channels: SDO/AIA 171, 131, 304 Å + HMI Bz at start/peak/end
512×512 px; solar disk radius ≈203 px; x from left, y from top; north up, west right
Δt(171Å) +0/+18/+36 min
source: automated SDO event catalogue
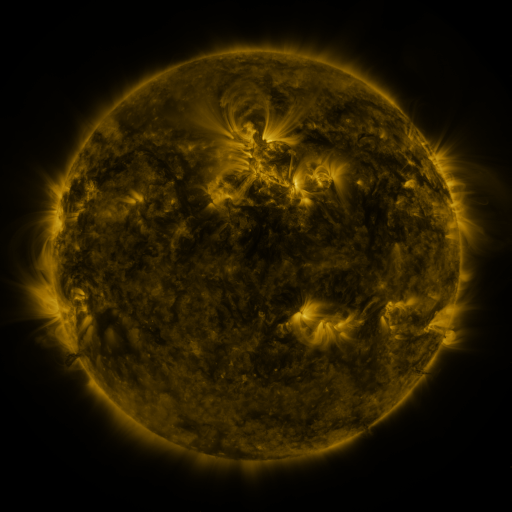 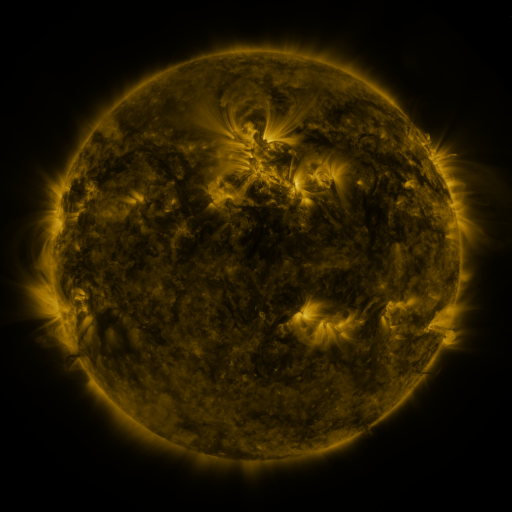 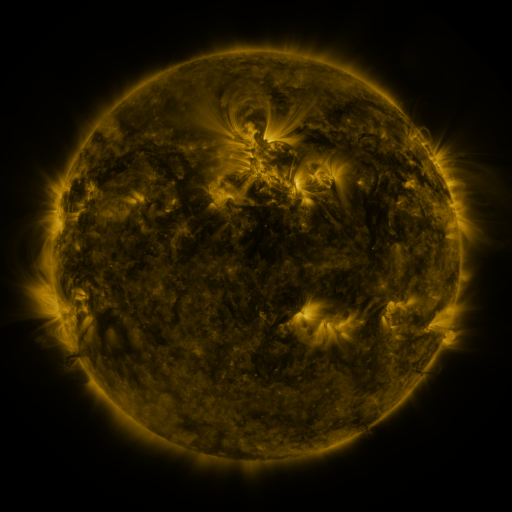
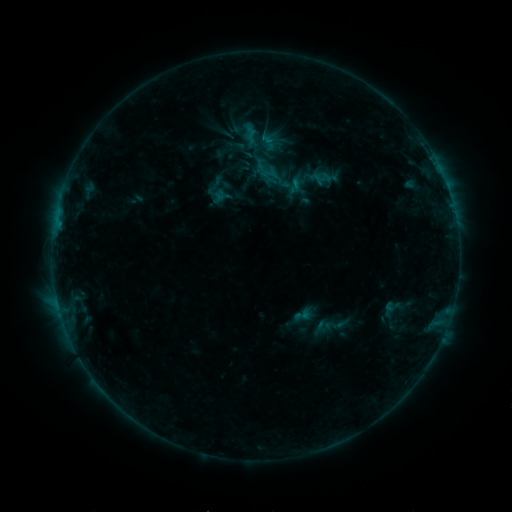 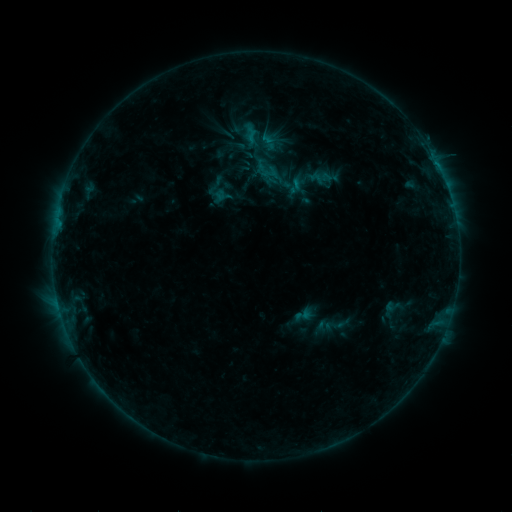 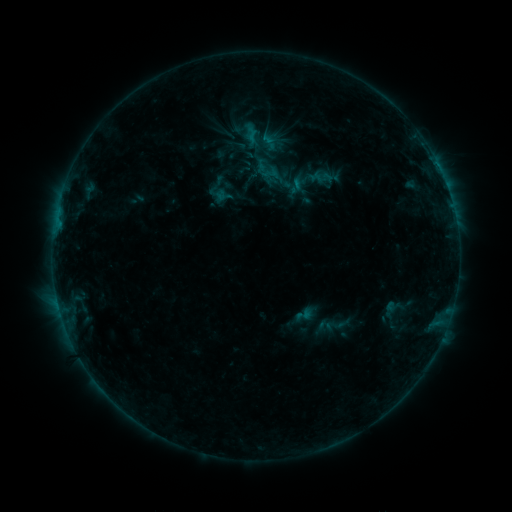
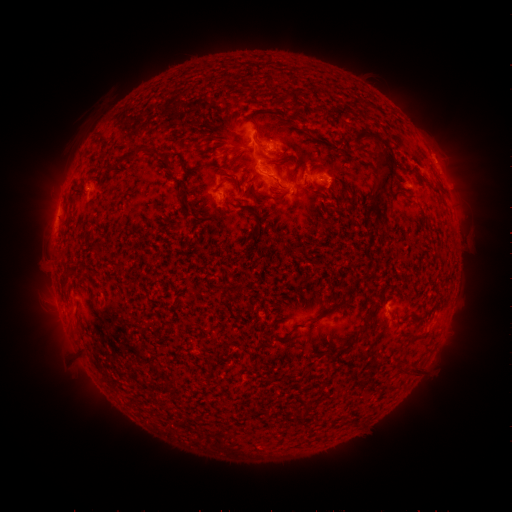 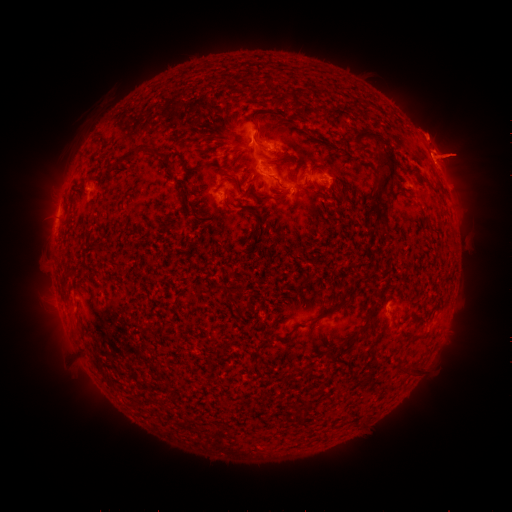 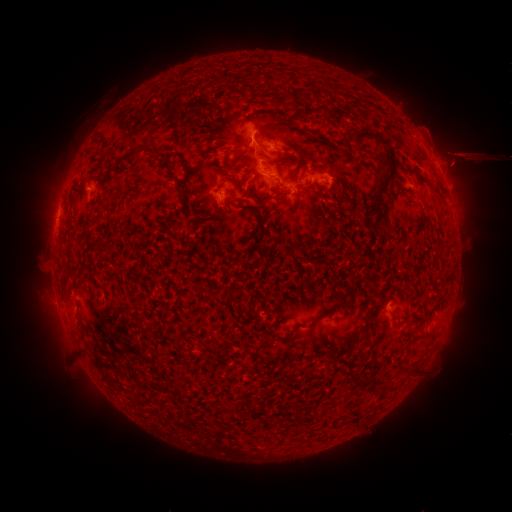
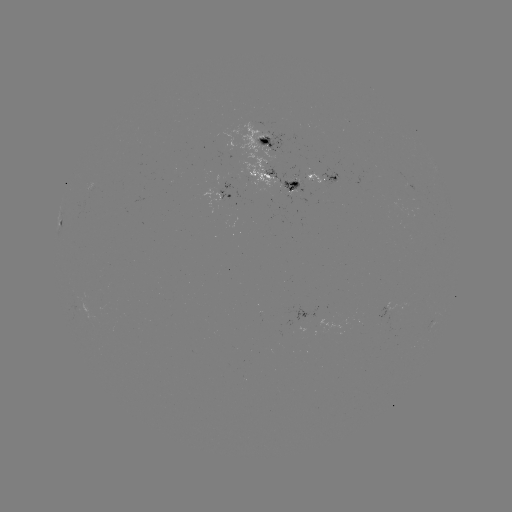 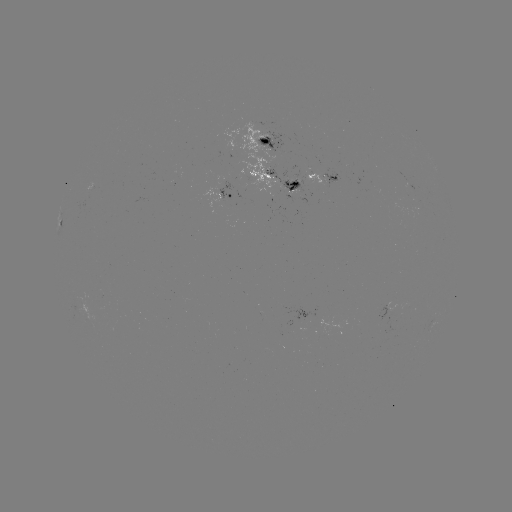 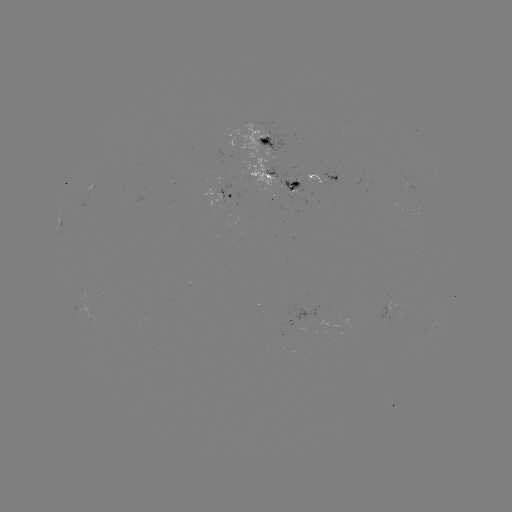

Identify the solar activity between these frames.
eruption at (447, 152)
